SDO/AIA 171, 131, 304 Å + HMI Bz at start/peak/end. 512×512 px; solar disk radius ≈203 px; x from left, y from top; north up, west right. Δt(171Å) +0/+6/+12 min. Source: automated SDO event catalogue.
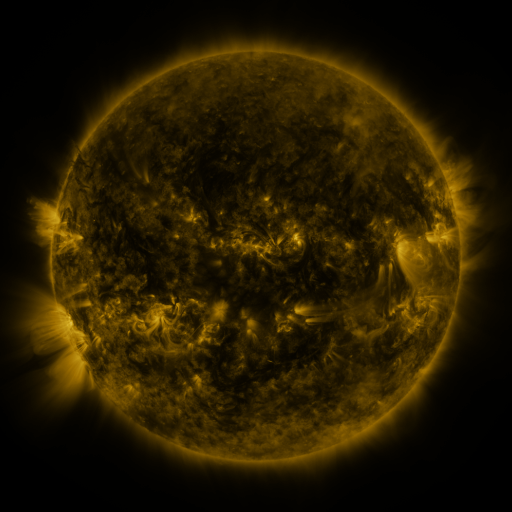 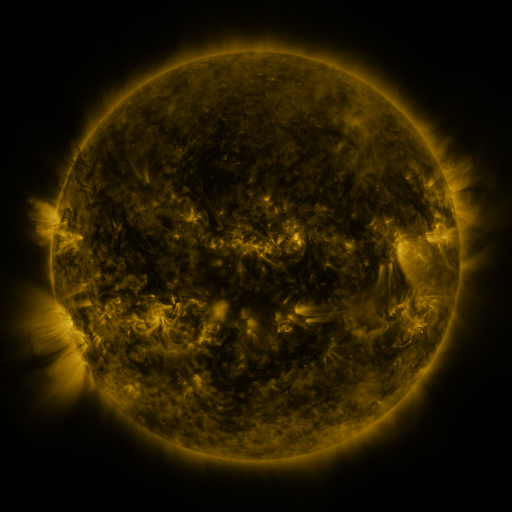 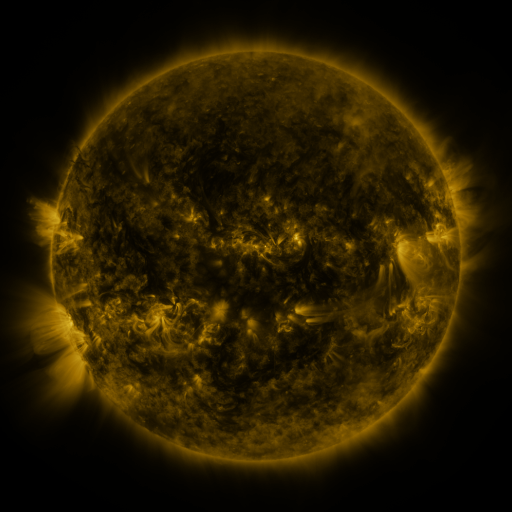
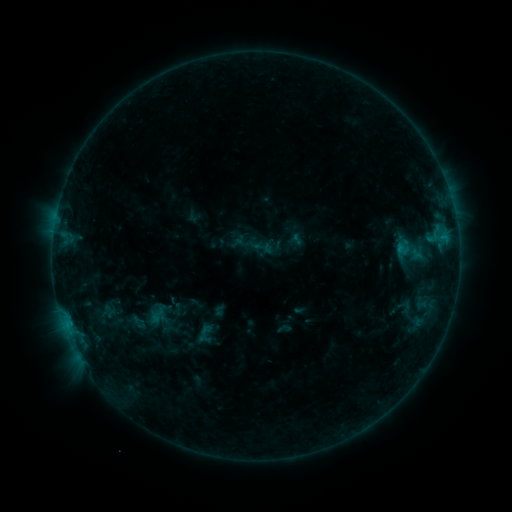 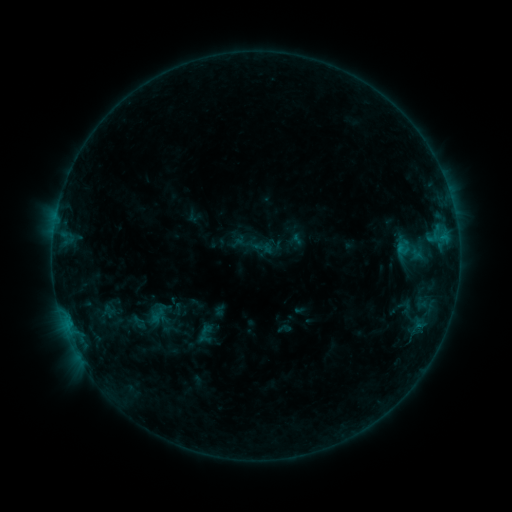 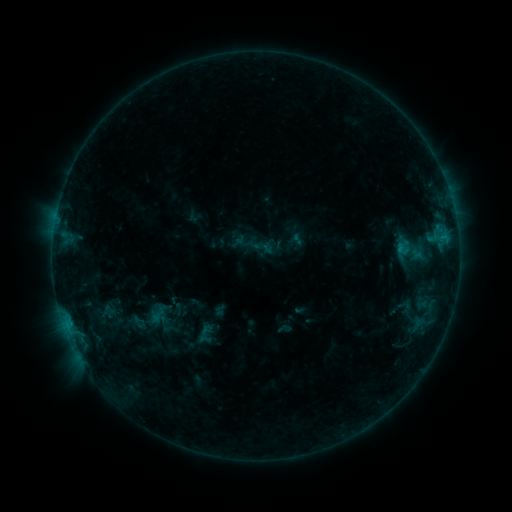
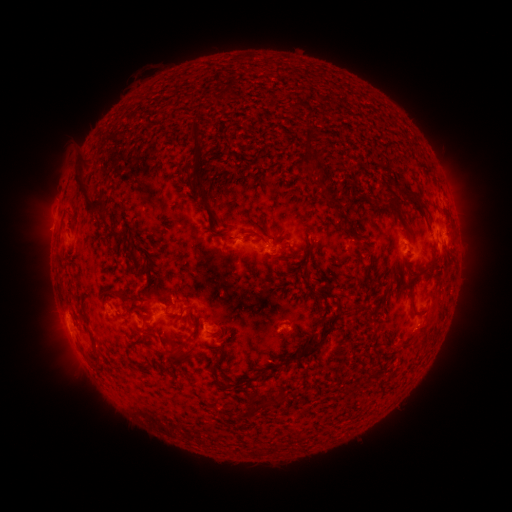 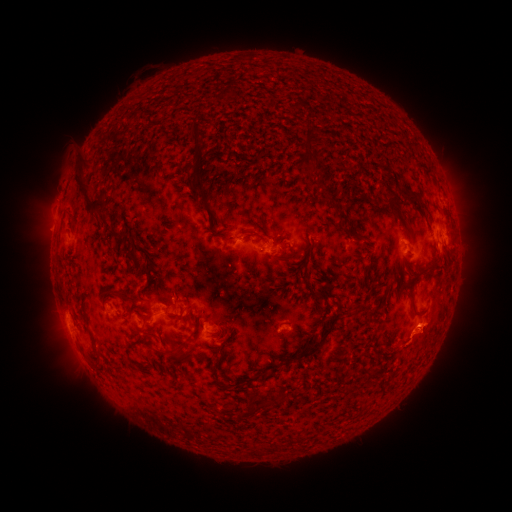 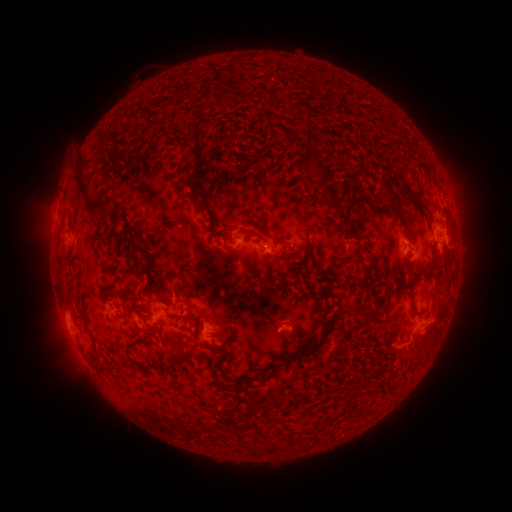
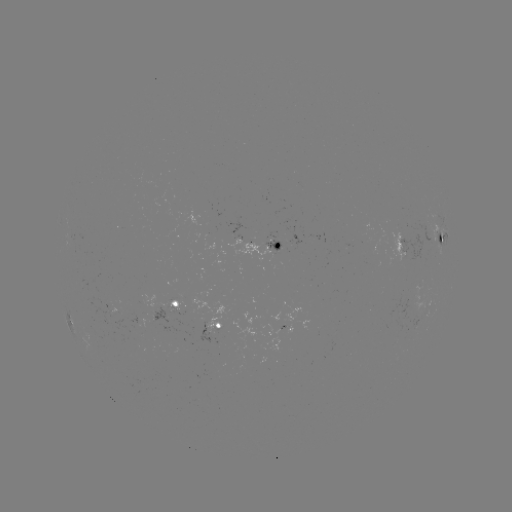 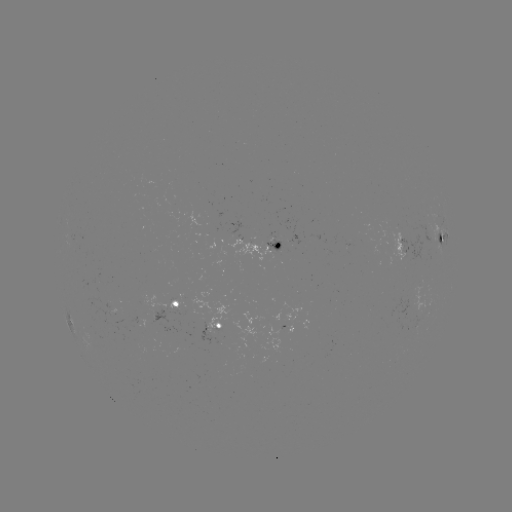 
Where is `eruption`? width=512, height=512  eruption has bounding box [379, 297, 461, 377].